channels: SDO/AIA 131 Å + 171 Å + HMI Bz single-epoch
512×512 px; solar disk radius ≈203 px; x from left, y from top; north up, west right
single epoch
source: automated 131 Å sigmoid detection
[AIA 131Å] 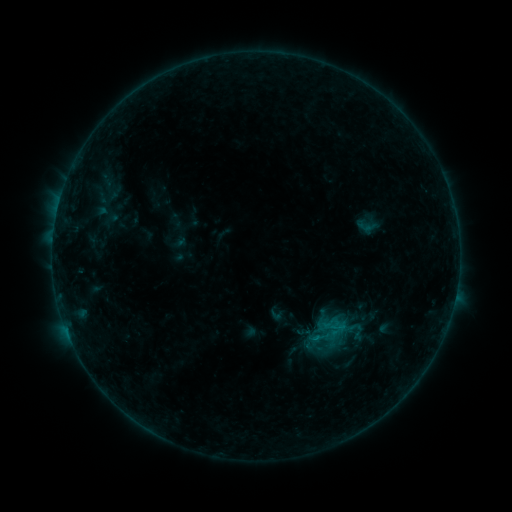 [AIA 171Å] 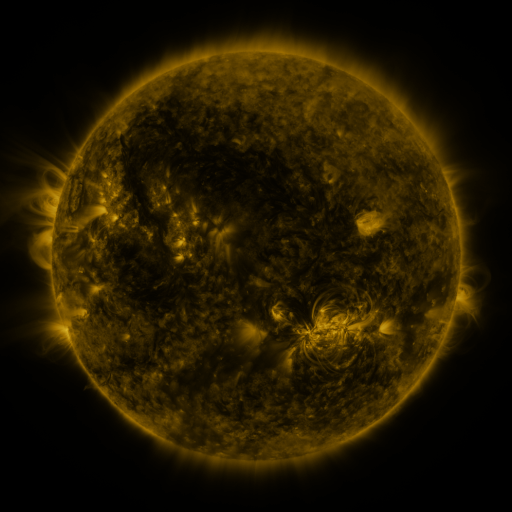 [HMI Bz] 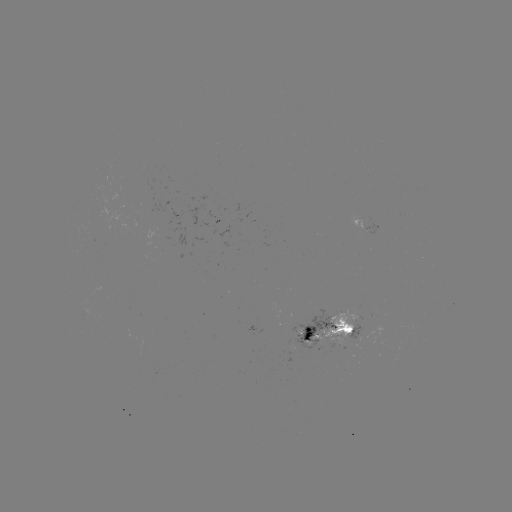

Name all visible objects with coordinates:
sigmoid: (295, 324)
sigmoid: (336, 327)
sigmoid: (354, 343)
